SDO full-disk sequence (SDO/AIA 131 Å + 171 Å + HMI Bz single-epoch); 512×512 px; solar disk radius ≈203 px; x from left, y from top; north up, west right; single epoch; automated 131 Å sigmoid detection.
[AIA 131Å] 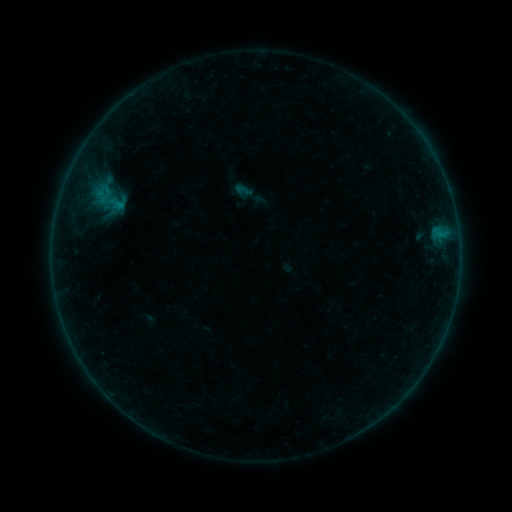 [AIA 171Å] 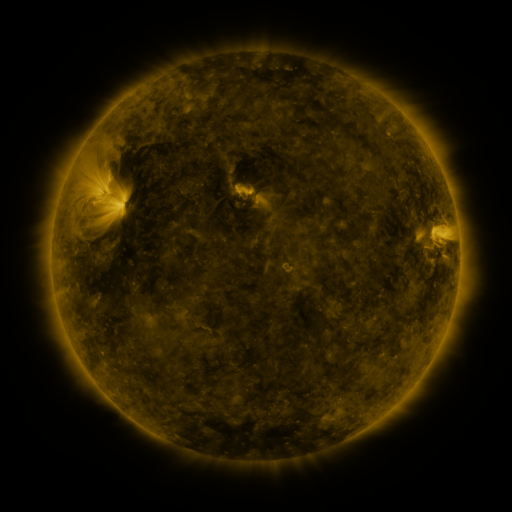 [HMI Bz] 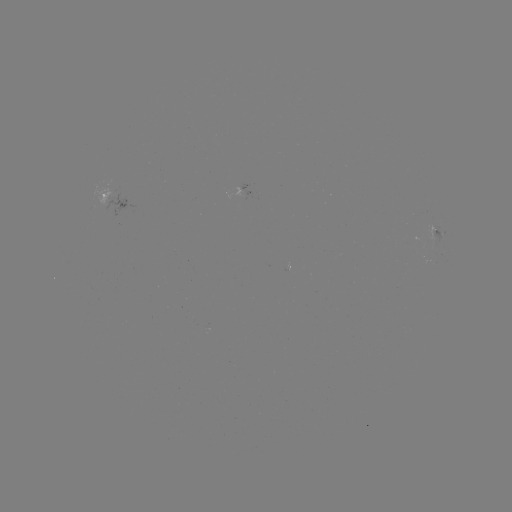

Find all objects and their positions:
sigmoid: (243, 190)
